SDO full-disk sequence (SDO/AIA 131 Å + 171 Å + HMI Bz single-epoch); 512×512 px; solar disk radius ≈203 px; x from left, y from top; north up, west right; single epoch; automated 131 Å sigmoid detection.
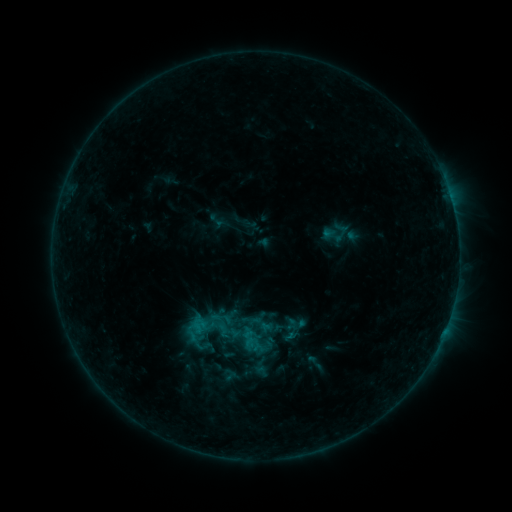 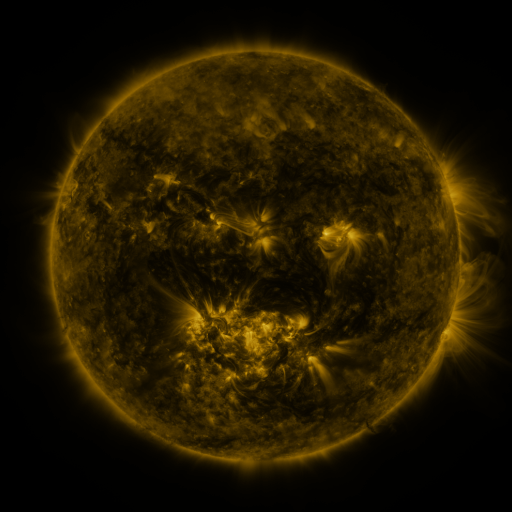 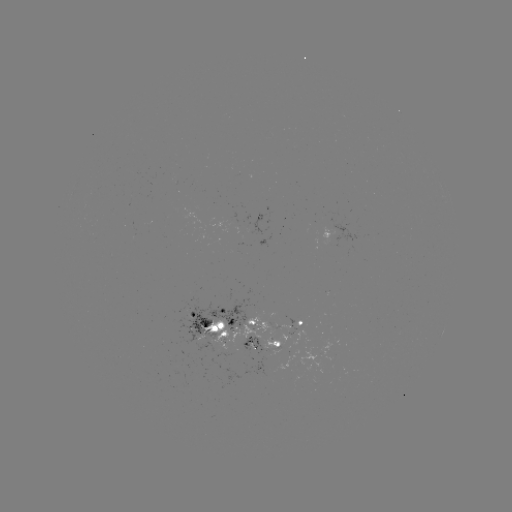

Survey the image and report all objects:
sigmoid: (251, 320)
sigmoid: (208, 338)
sigmoid: (265, 340)
